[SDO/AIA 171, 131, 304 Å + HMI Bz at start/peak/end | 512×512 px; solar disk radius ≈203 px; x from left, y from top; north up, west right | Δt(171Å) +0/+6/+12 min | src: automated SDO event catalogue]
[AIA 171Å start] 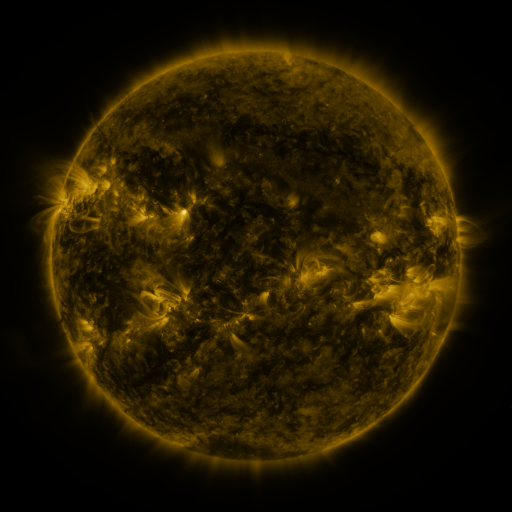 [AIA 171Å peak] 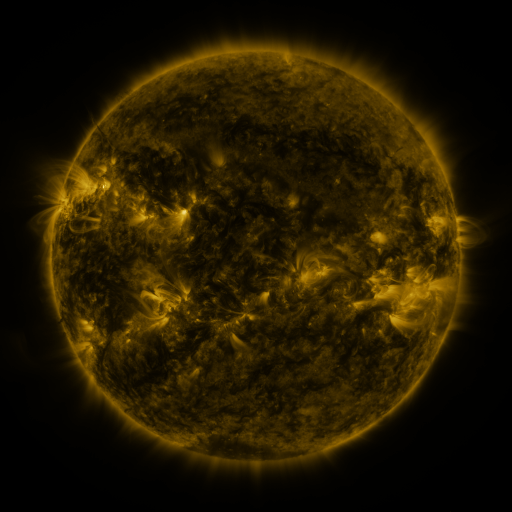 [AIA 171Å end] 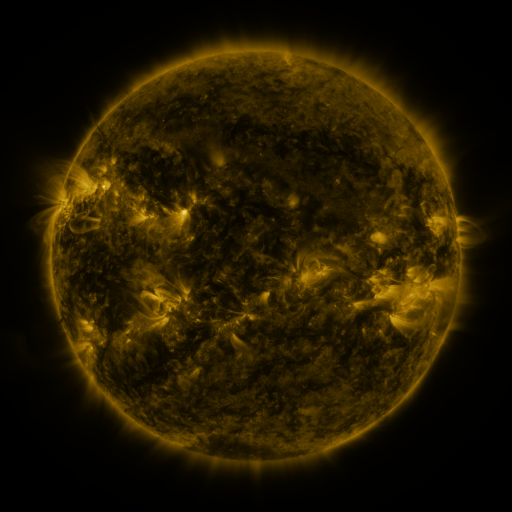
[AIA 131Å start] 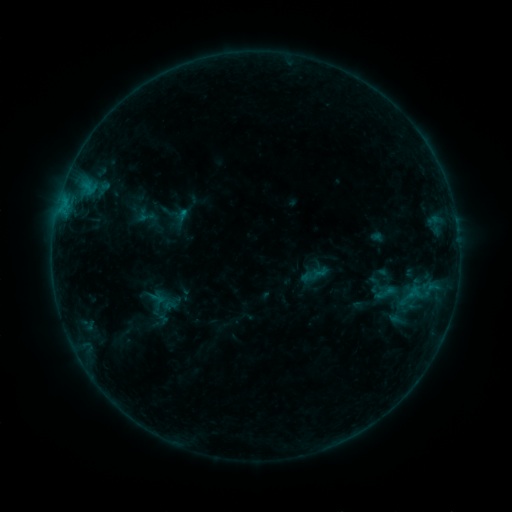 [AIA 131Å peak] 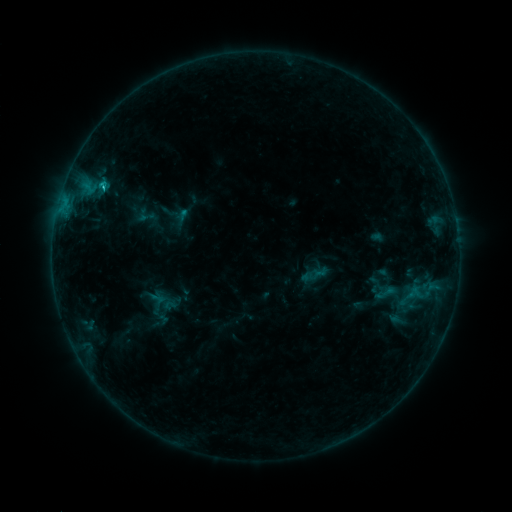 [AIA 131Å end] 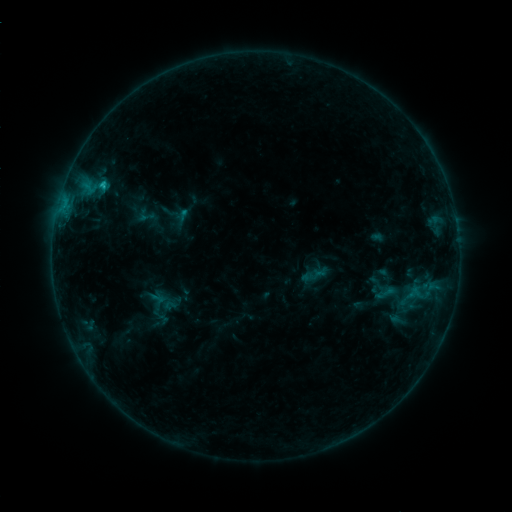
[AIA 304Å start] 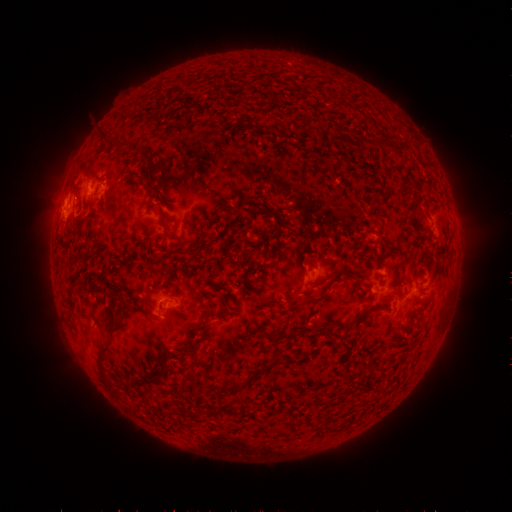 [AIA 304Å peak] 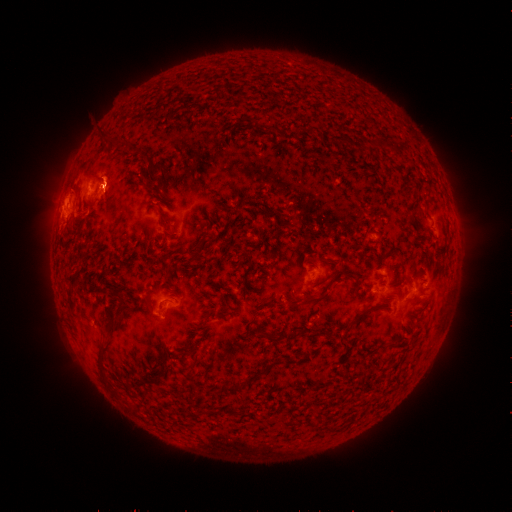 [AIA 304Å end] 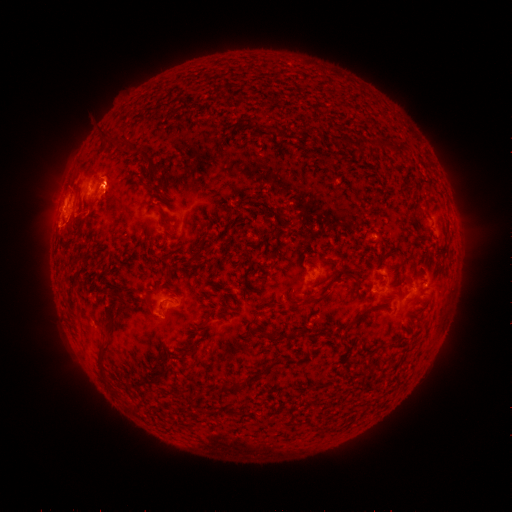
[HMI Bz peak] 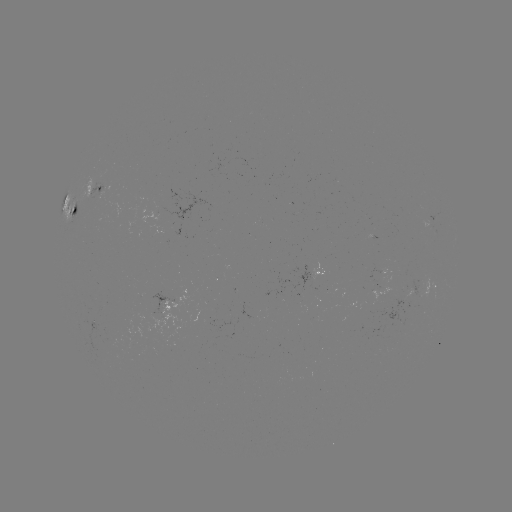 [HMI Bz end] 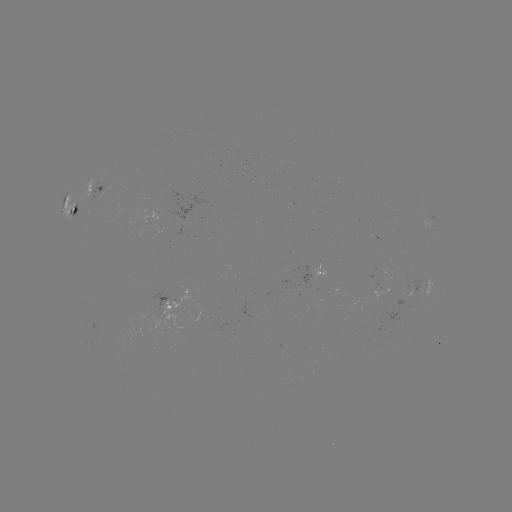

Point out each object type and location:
C1.0 flare: (104, 188)
